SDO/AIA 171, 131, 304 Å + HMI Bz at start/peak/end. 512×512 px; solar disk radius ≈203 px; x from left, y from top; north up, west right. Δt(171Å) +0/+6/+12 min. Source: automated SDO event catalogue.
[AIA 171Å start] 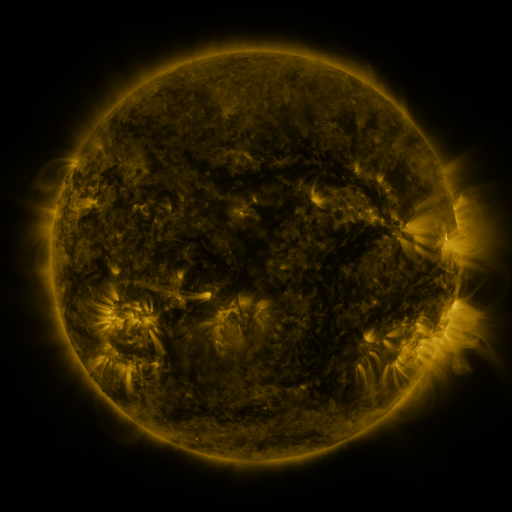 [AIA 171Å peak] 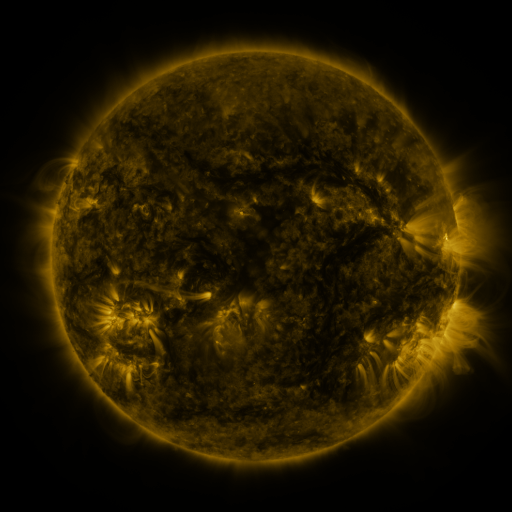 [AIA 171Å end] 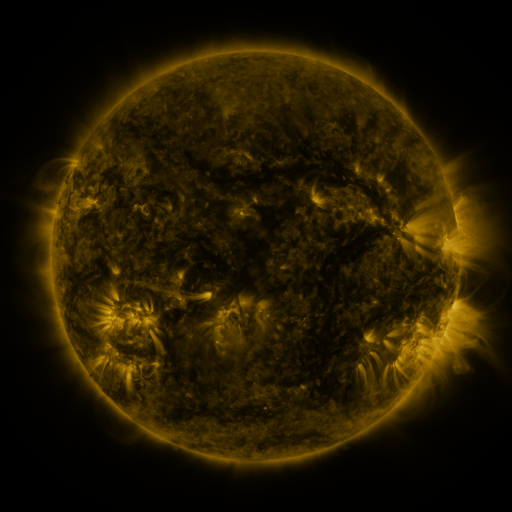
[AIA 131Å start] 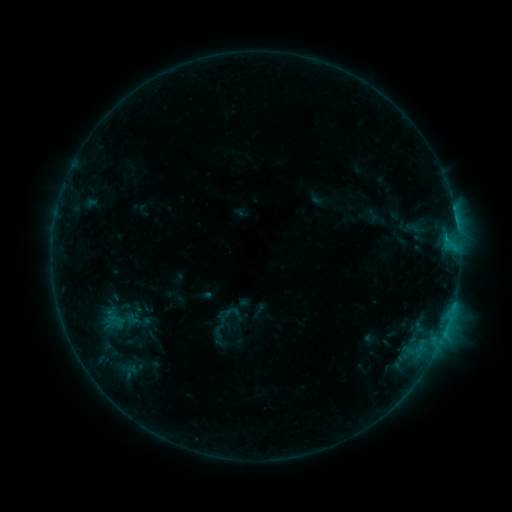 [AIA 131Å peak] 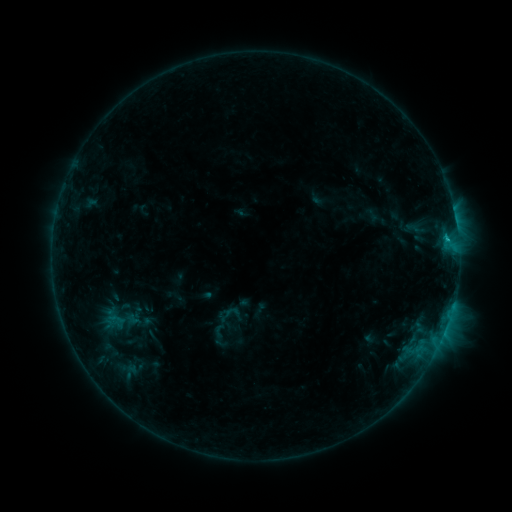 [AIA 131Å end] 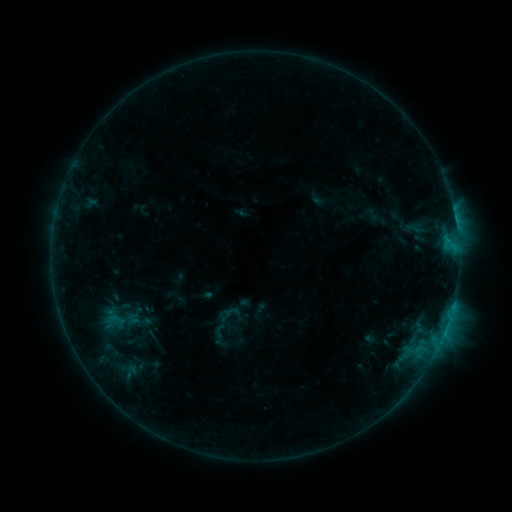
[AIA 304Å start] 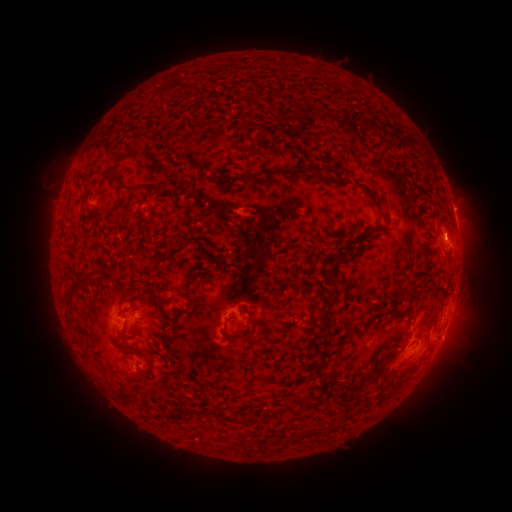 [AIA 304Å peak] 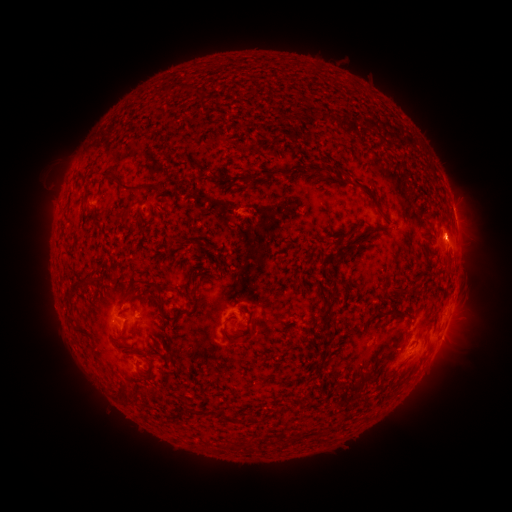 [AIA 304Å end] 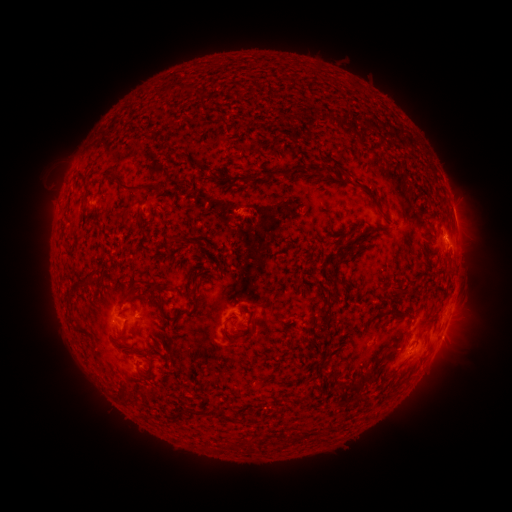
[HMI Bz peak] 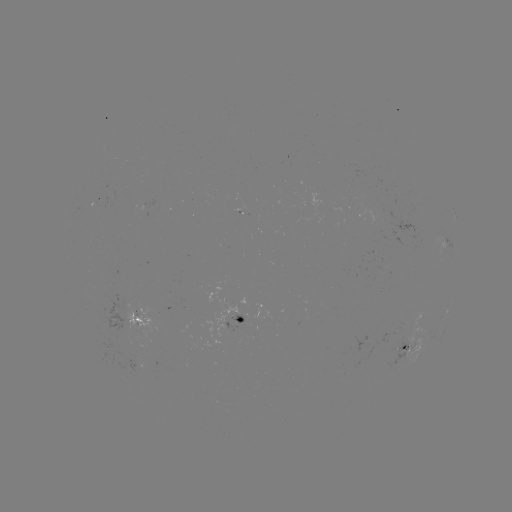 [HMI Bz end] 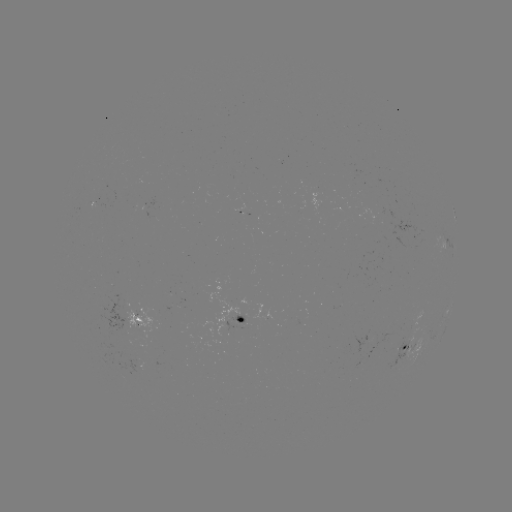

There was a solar flare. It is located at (446, 241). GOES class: B6.8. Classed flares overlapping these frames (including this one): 1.